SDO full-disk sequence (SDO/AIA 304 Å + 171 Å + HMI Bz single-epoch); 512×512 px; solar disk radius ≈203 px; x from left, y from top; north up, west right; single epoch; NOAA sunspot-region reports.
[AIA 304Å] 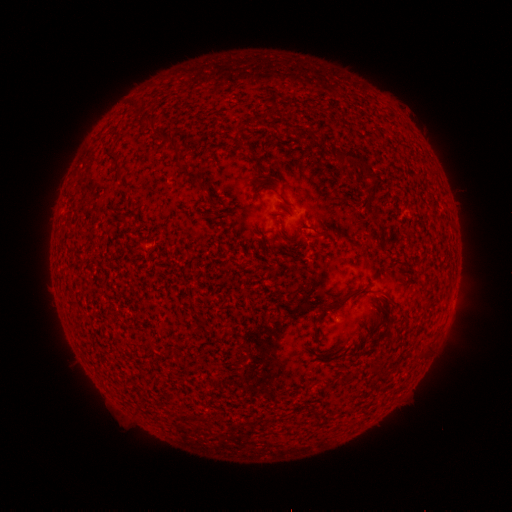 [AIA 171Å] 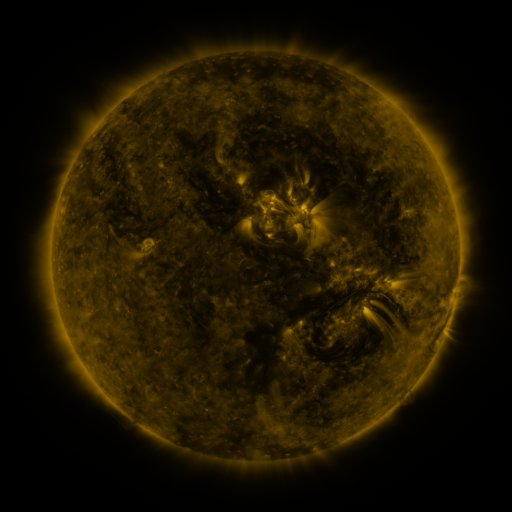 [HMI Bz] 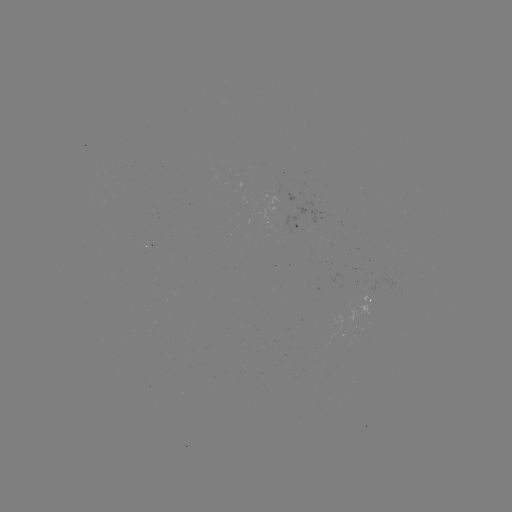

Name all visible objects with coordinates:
spotted active region: (297, 225)
spotted active region: (368, 301)
